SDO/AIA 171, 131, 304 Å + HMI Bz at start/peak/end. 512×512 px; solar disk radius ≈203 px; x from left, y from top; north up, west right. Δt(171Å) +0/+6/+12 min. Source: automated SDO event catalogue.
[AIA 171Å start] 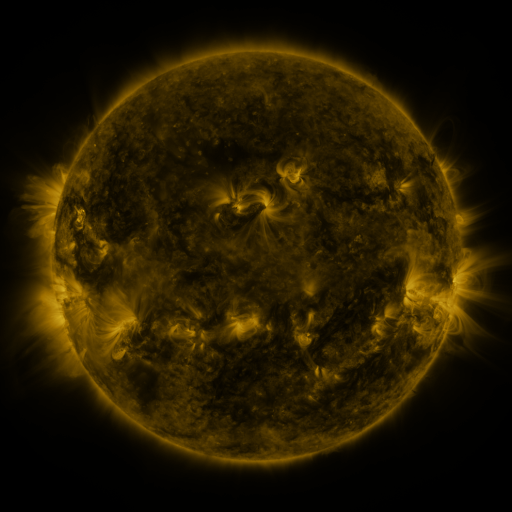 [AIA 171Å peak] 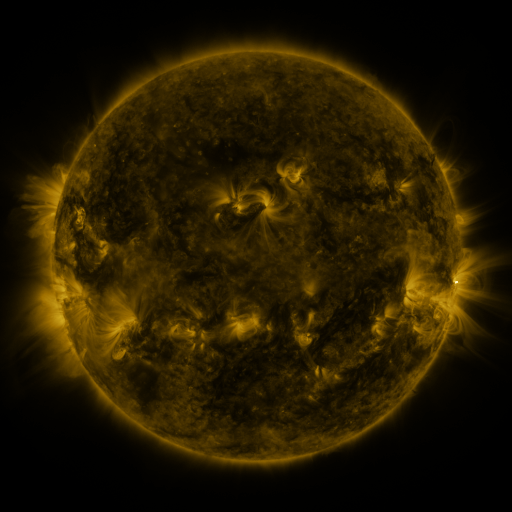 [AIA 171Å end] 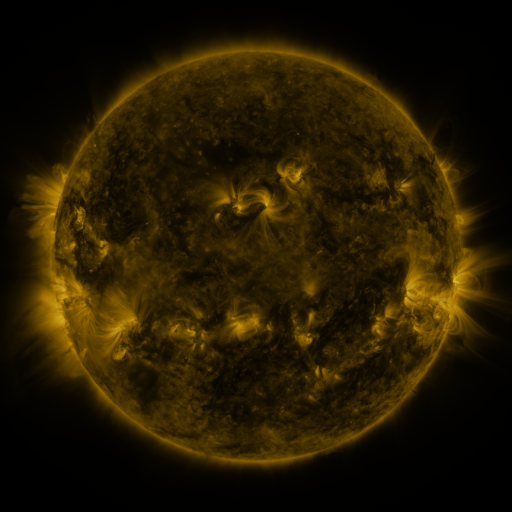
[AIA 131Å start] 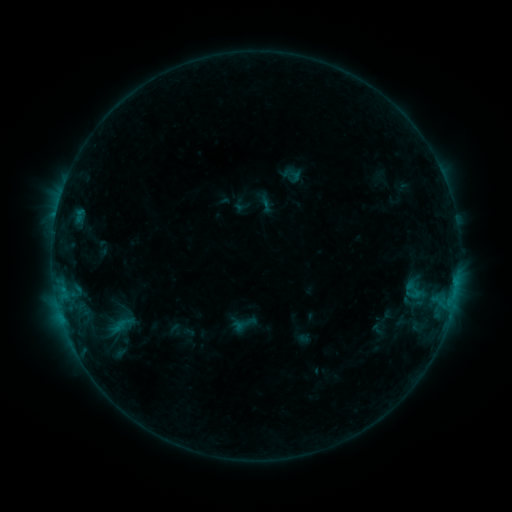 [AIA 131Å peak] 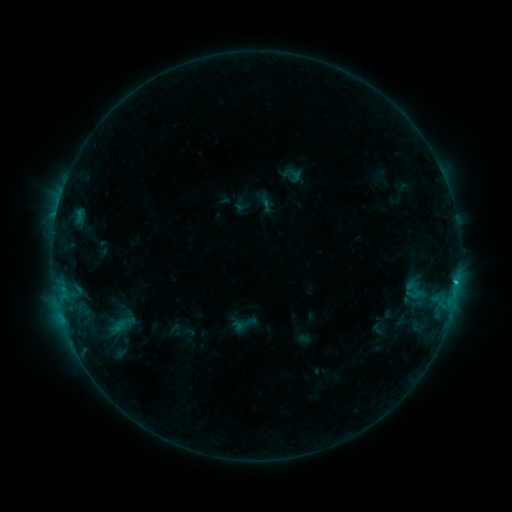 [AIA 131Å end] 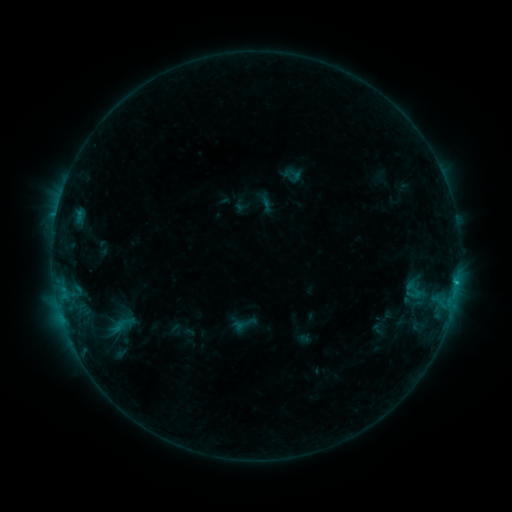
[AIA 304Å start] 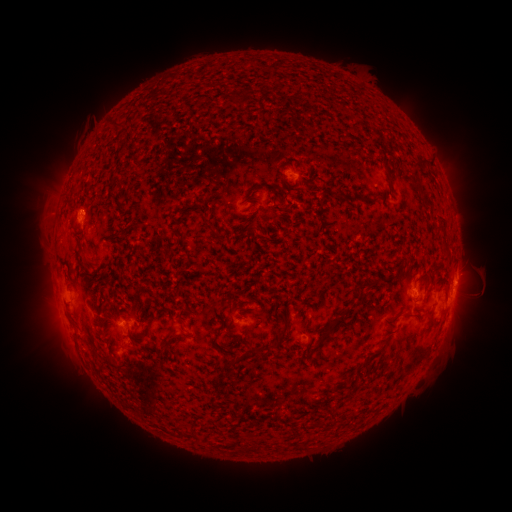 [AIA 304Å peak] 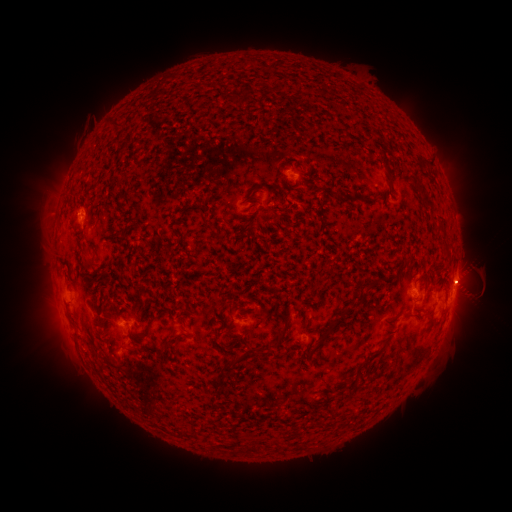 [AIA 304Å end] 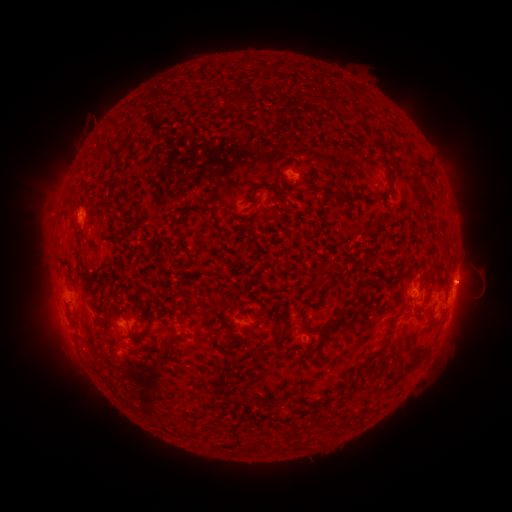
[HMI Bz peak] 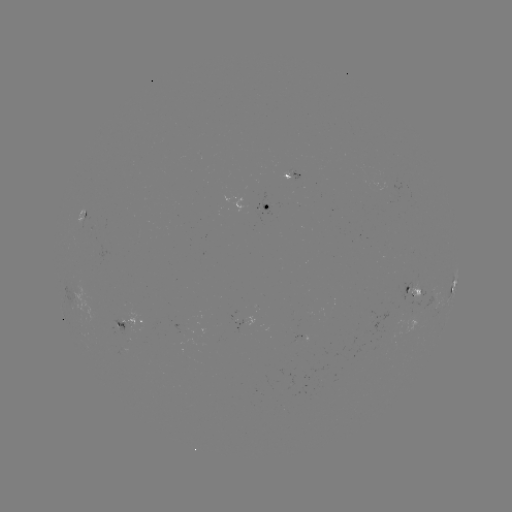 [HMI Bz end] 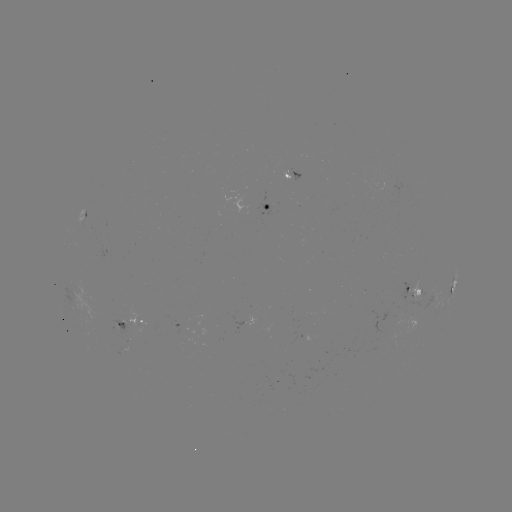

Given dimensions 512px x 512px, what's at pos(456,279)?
B7.4 flare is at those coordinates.